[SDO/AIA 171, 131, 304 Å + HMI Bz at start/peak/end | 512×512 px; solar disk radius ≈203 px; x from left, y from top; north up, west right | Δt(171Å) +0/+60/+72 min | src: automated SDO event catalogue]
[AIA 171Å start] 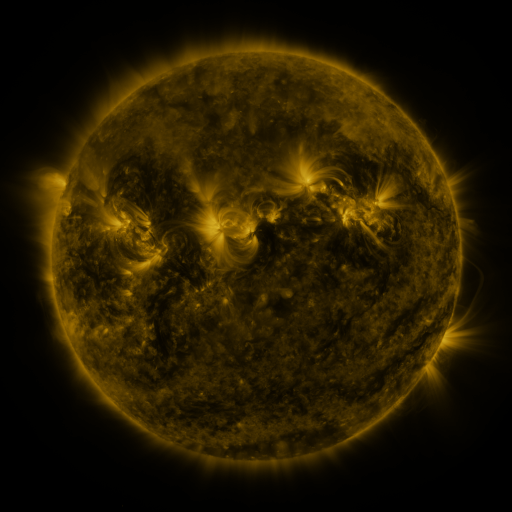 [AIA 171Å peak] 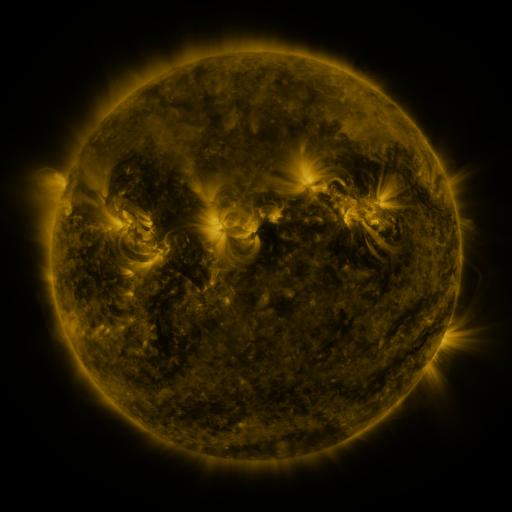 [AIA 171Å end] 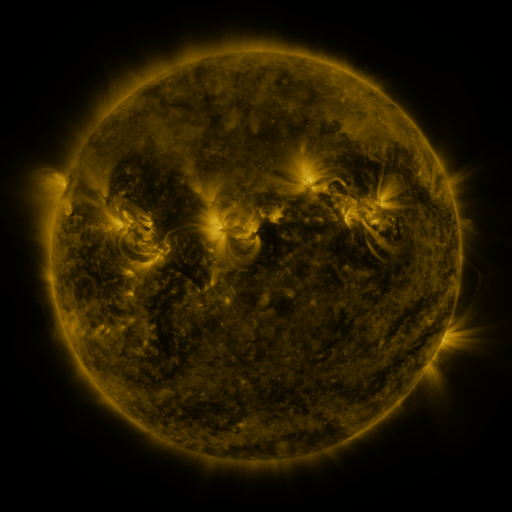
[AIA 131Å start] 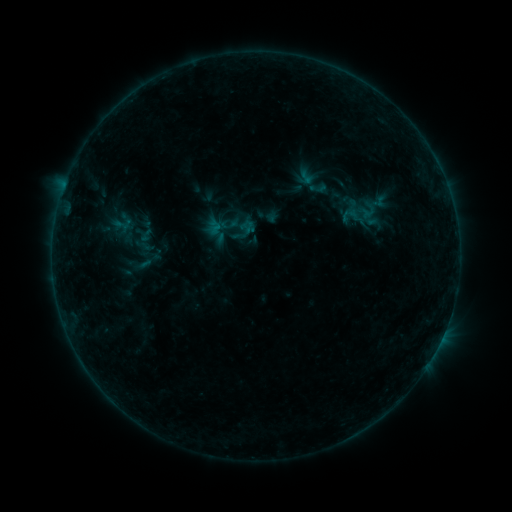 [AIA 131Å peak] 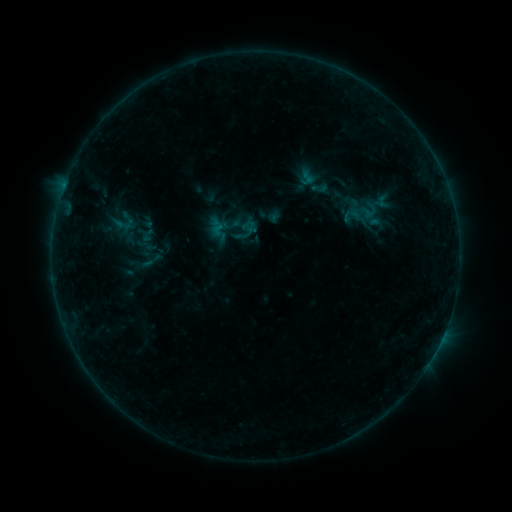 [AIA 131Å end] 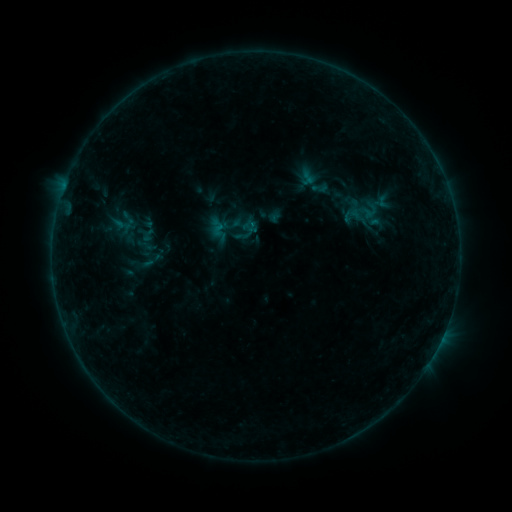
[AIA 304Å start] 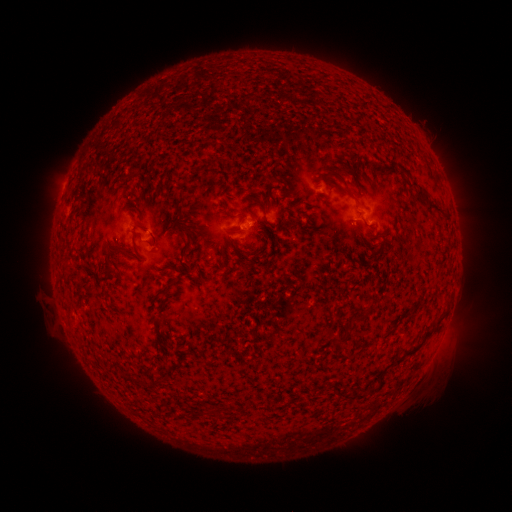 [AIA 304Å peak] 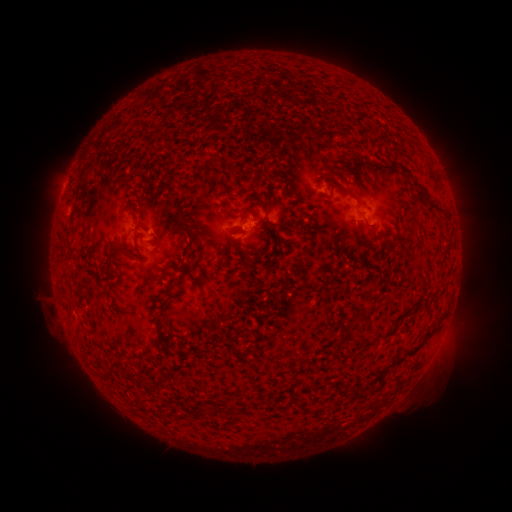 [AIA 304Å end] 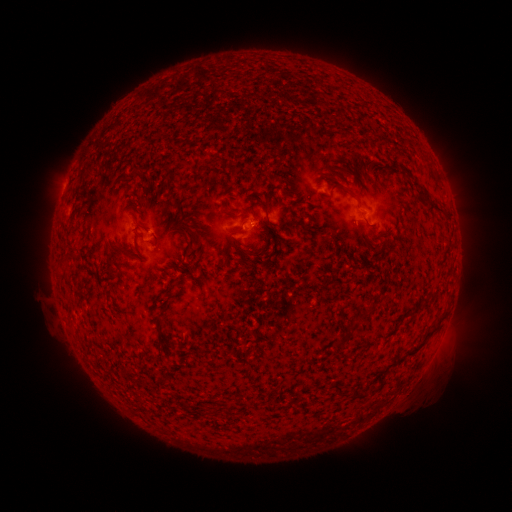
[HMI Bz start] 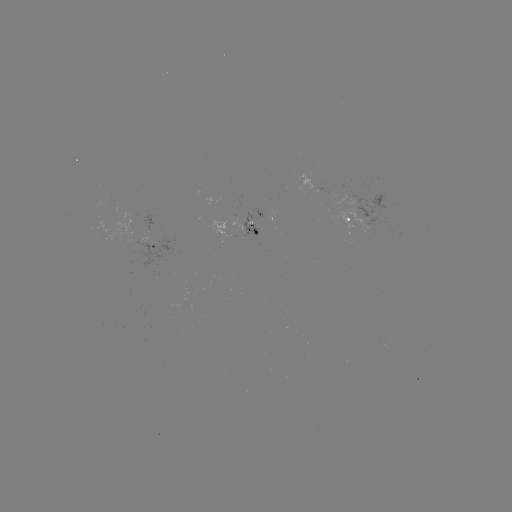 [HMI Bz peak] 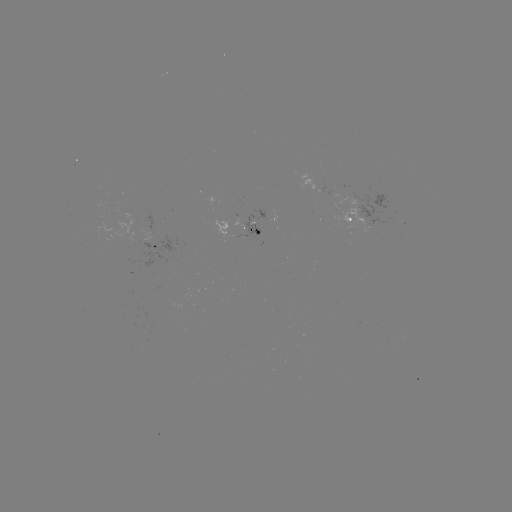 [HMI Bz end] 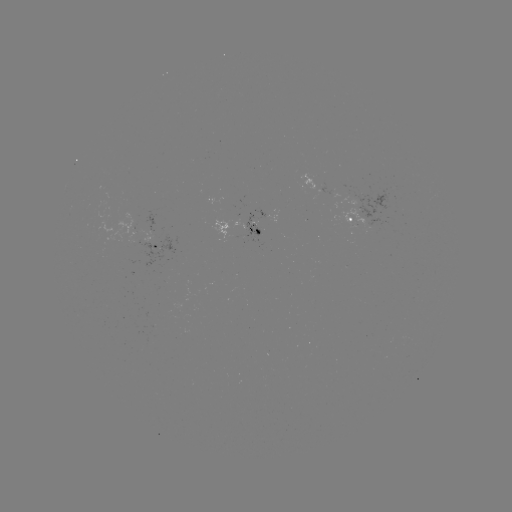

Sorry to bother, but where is emerging-flux region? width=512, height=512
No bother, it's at [248, 225].